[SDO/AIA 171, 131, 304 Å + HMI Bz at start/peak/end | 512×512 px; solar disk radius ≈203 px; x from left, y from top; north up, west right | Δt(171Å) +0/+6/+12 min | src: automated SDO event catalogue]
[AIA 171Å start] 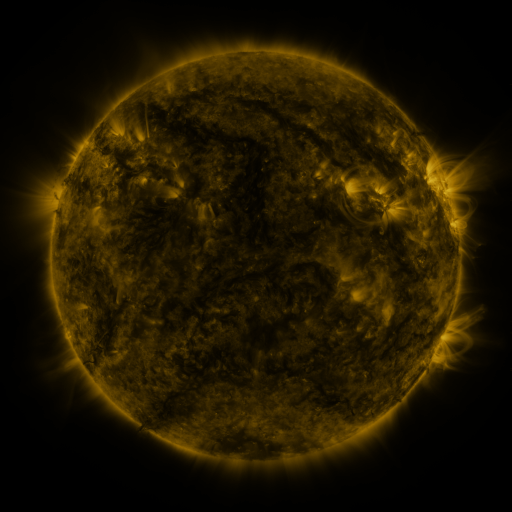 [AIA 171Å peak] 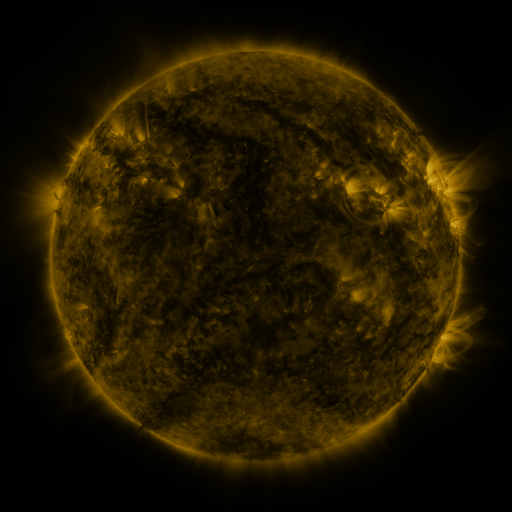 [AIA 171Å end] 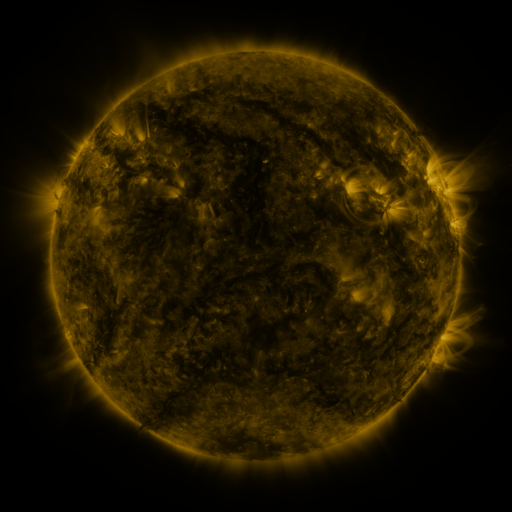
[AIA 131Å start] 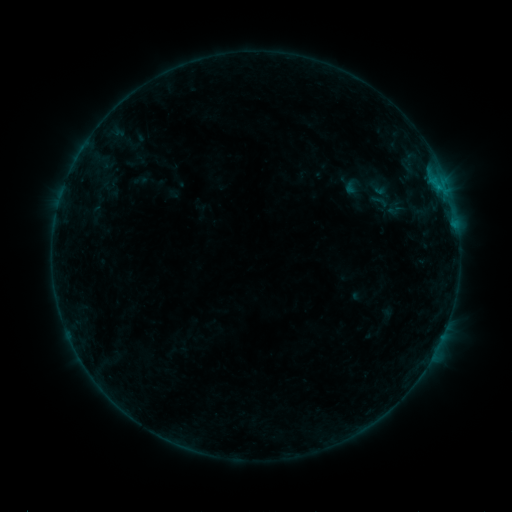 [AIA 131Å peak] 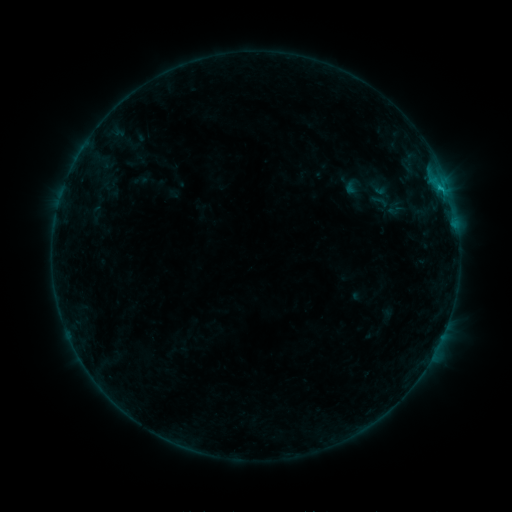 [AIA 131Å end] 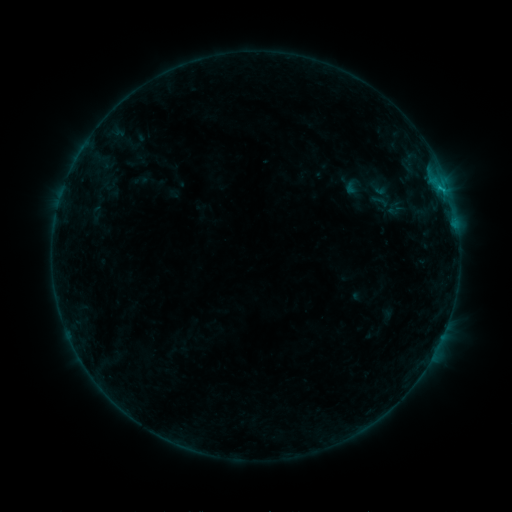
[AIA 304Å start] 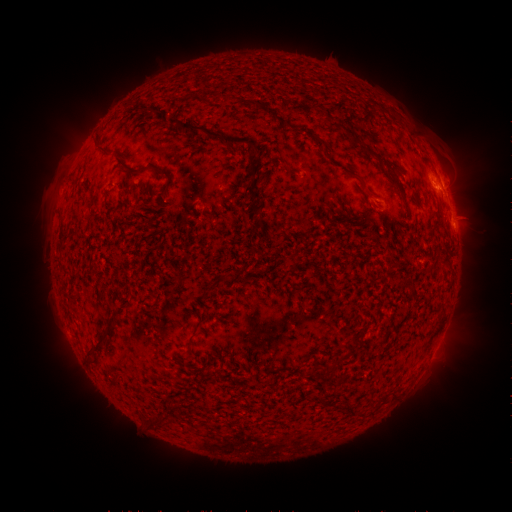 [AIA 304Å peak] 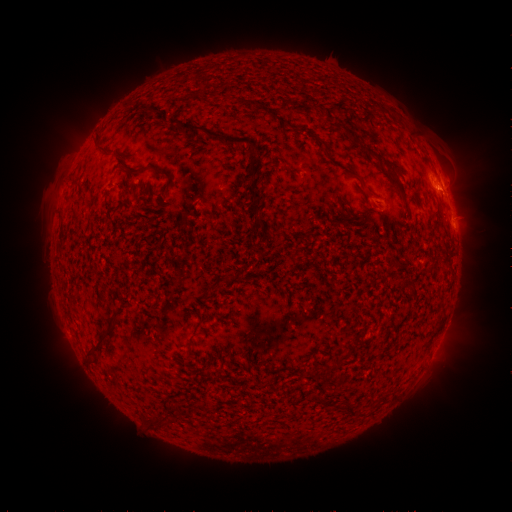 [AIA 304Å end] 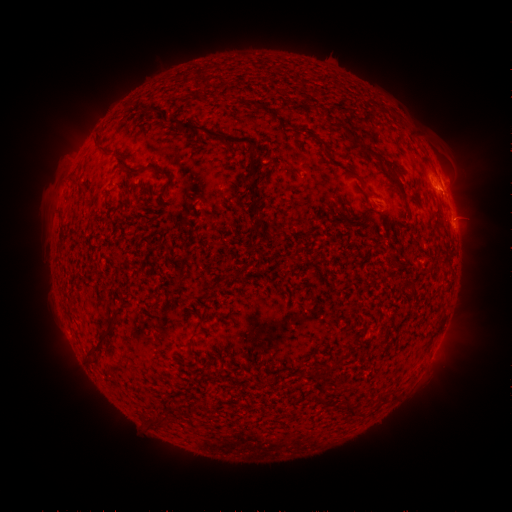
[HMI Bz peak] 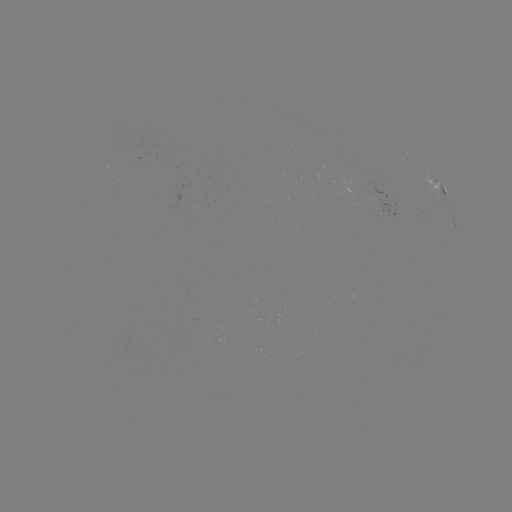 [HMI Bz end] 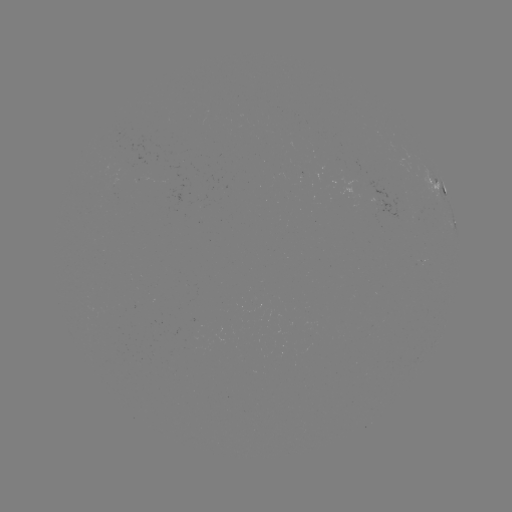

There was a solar flare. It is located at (441, 190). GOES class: B8.0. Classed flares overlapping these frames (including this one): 1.